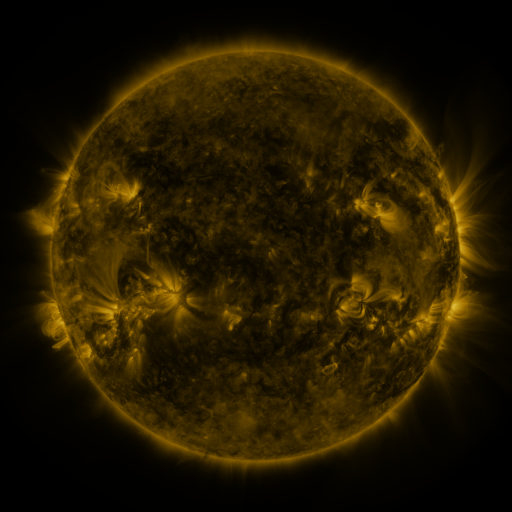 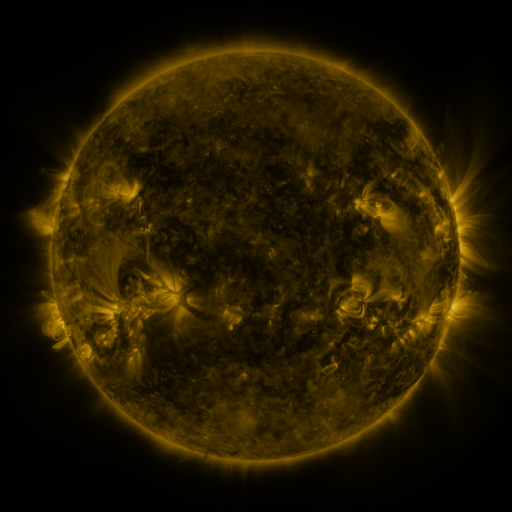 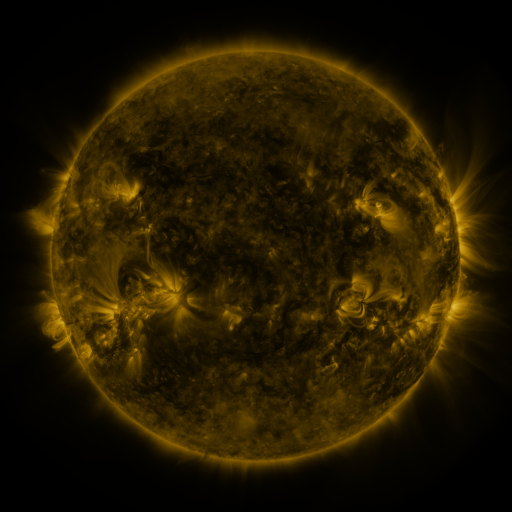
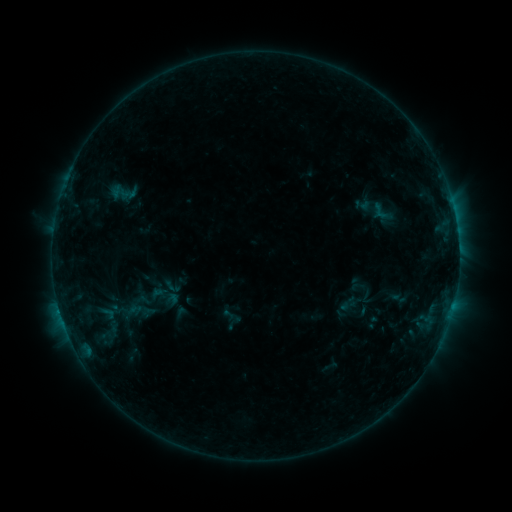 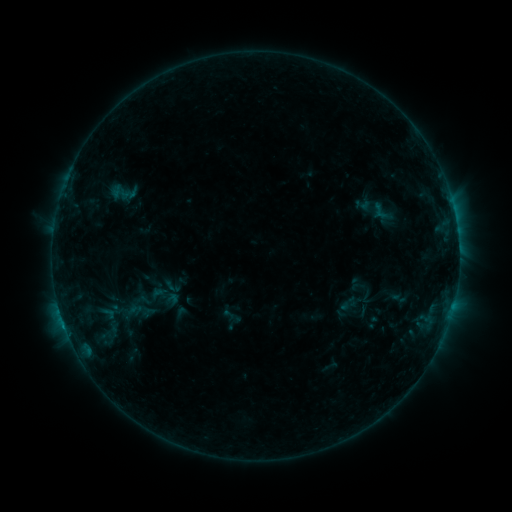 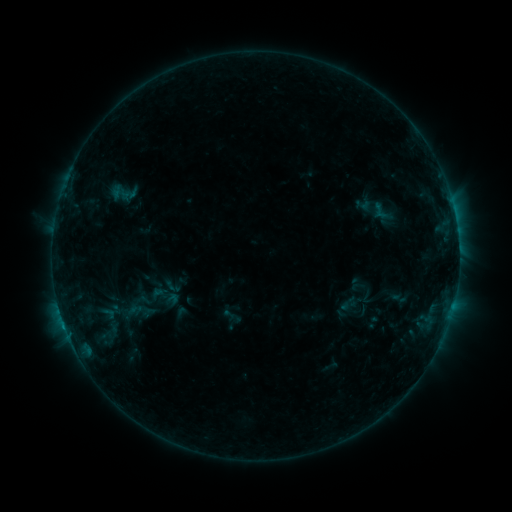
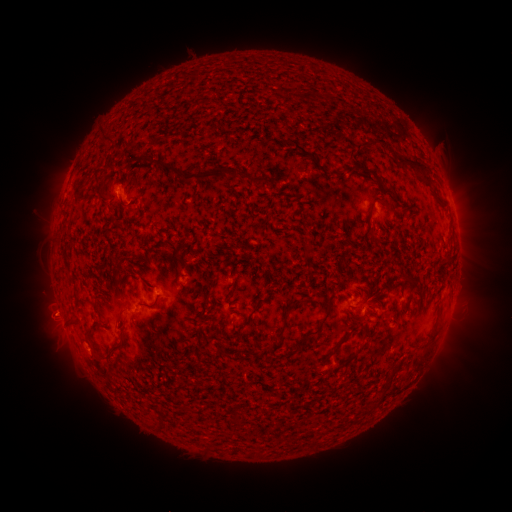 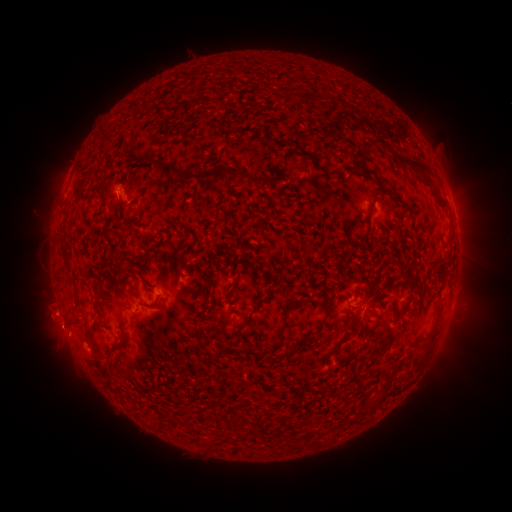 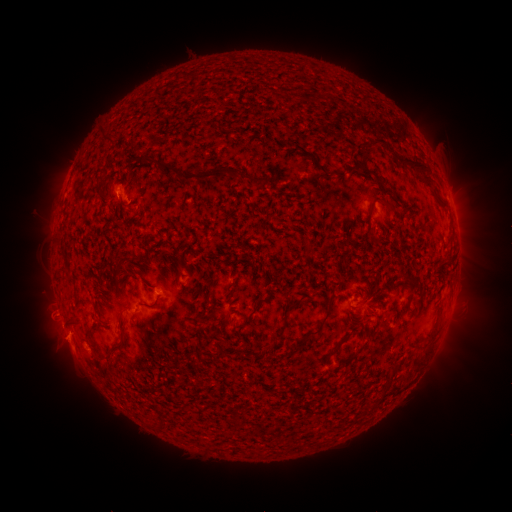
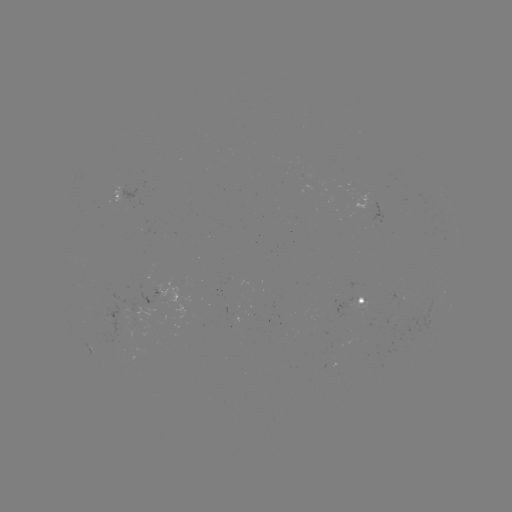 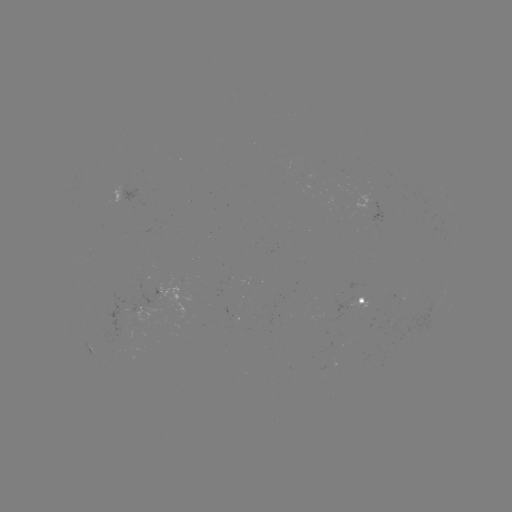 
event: eruption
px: (59, 334)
